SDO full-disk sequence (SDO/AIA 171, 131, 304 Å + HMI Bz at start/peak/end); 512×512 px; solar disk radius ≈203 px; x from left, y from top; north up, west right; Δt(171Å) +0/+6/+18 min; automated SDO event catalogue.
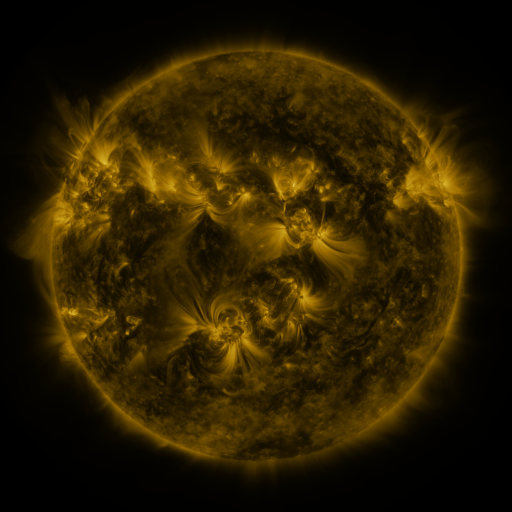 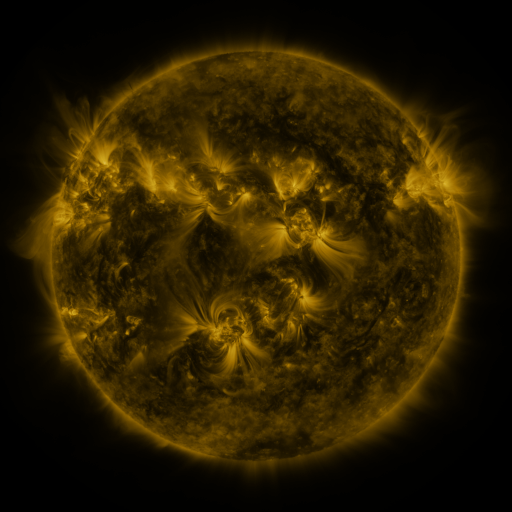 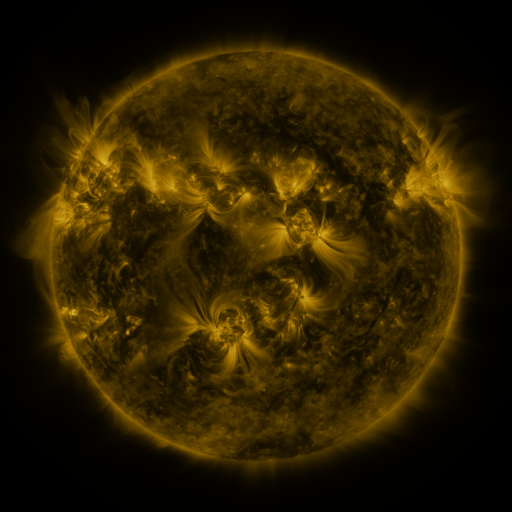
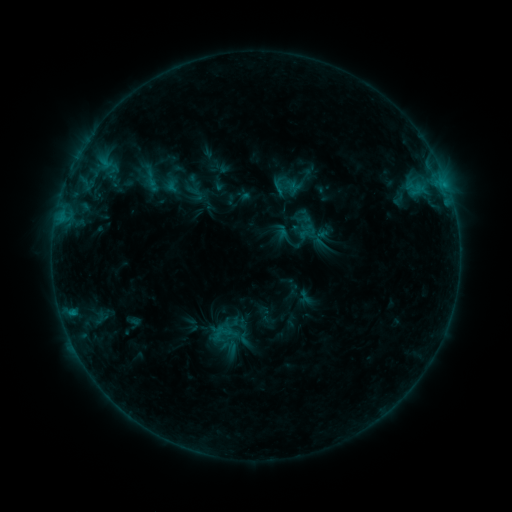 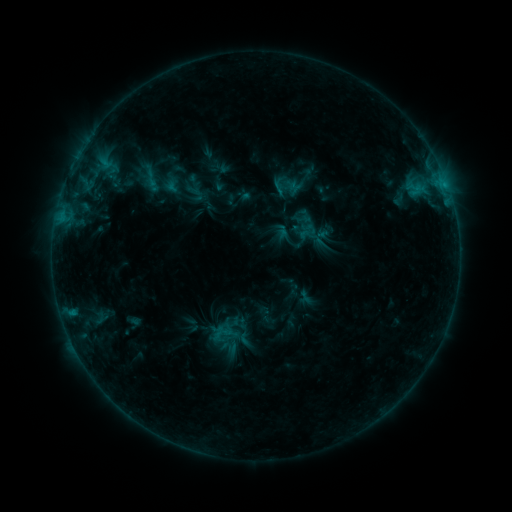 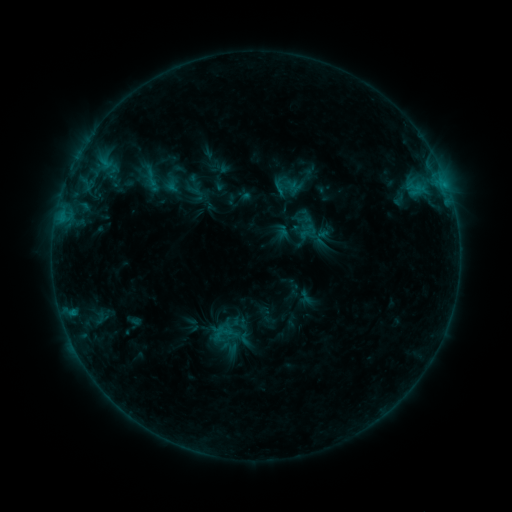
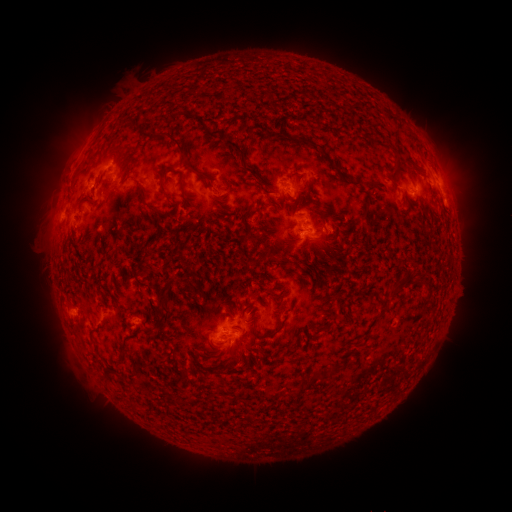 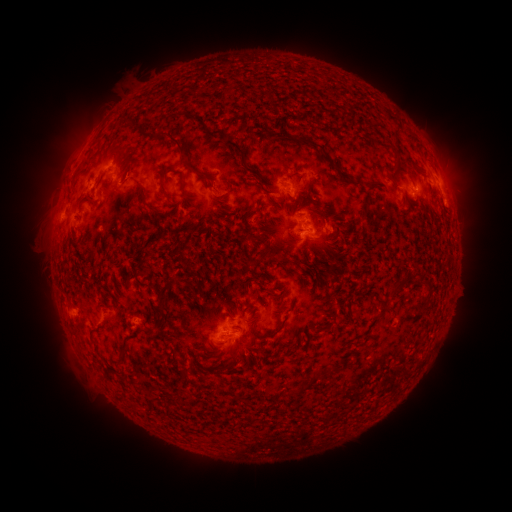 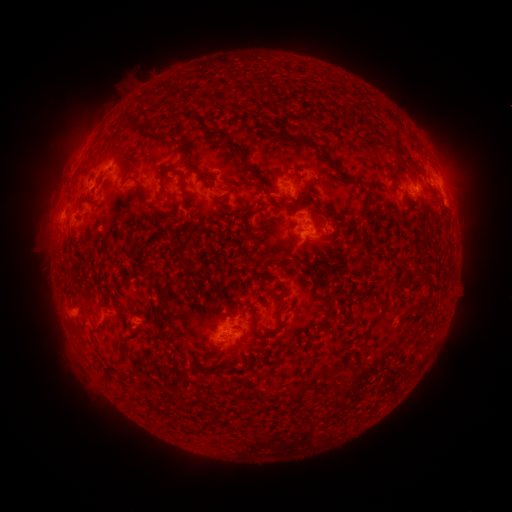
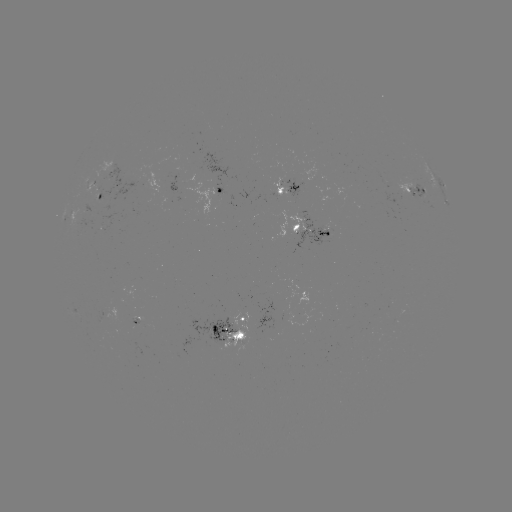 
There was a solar eruption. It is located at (58, 188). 